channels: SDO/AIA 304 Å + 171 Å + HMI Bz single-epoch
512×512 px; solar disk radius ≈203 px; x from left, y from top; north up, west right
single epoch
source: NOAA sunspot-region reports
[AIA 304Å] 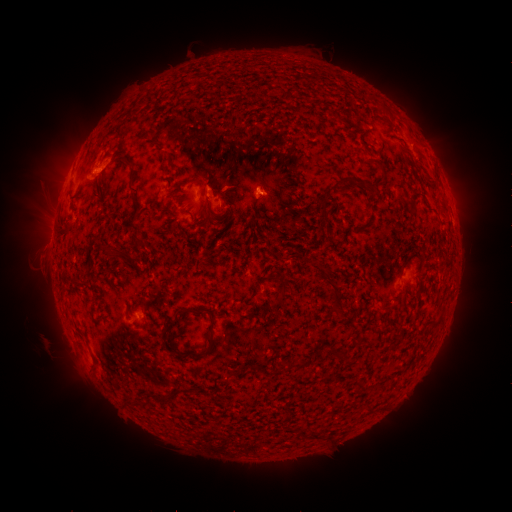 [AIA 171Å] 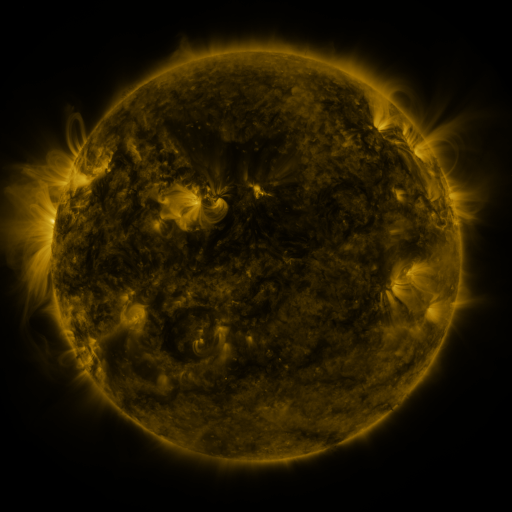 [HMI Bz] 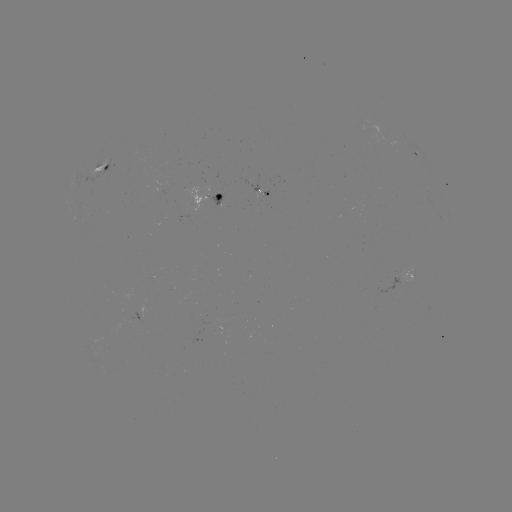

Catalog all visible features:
spotted active region: (420, 155)
spotted active region: (114, 163)
spotted active region: (224, 199)
spotted active region: (414, 274)
